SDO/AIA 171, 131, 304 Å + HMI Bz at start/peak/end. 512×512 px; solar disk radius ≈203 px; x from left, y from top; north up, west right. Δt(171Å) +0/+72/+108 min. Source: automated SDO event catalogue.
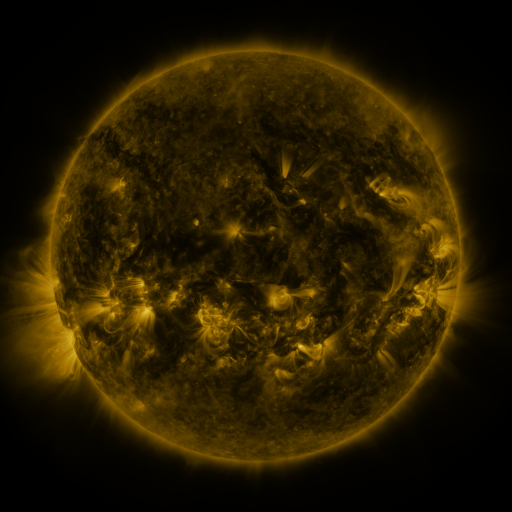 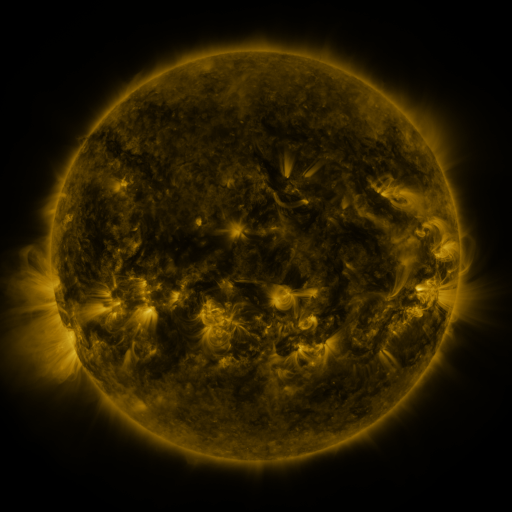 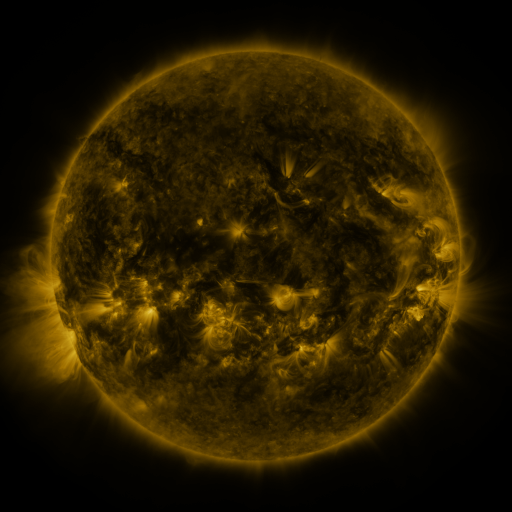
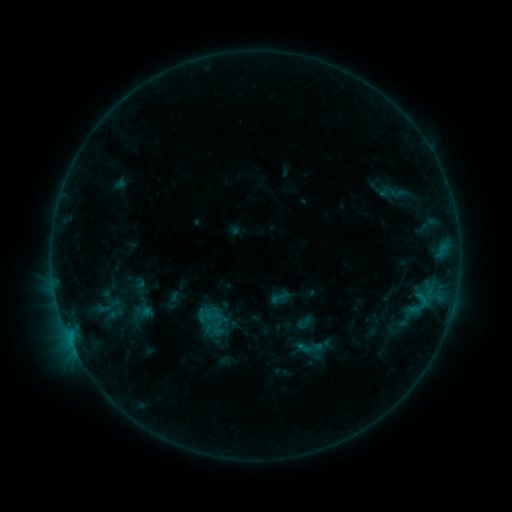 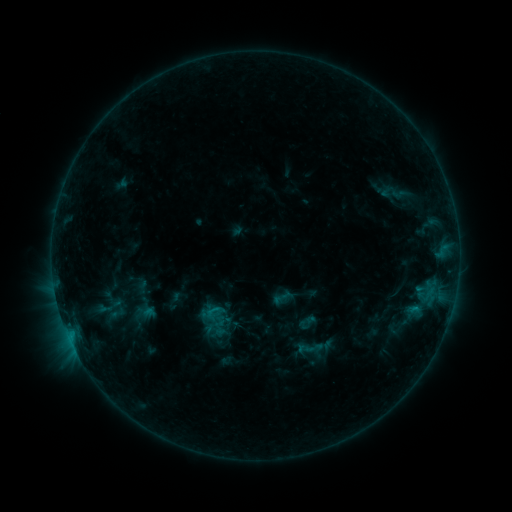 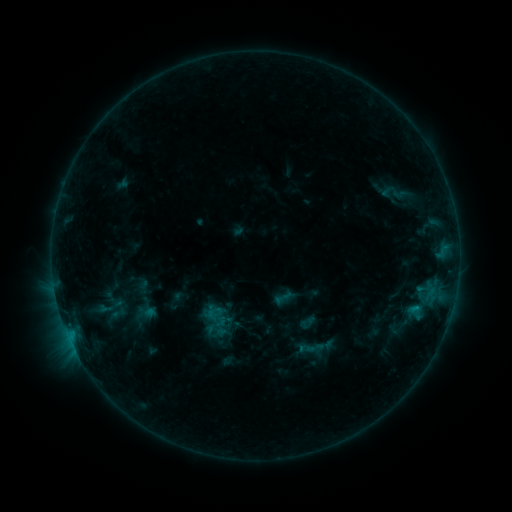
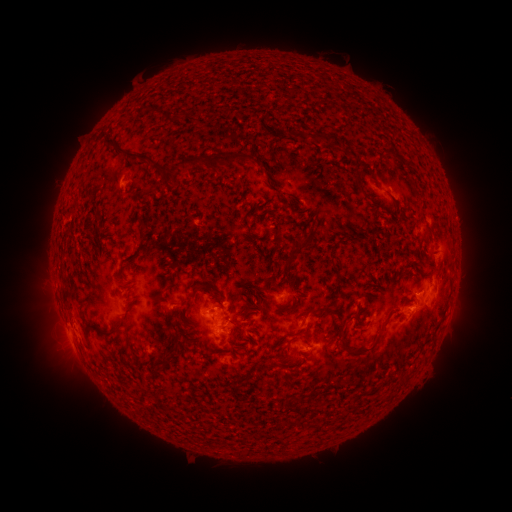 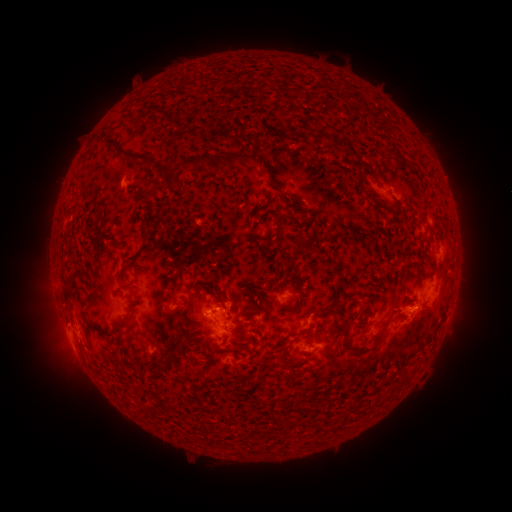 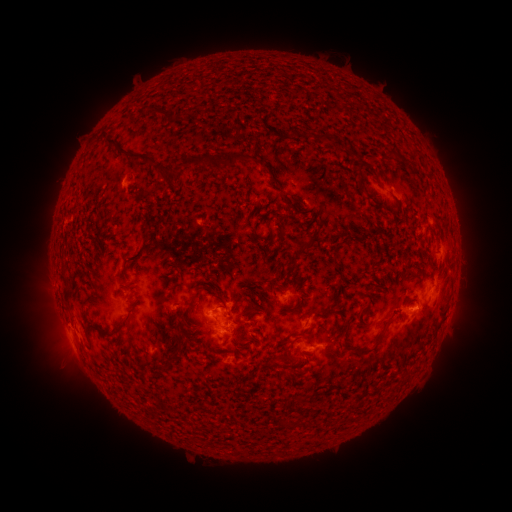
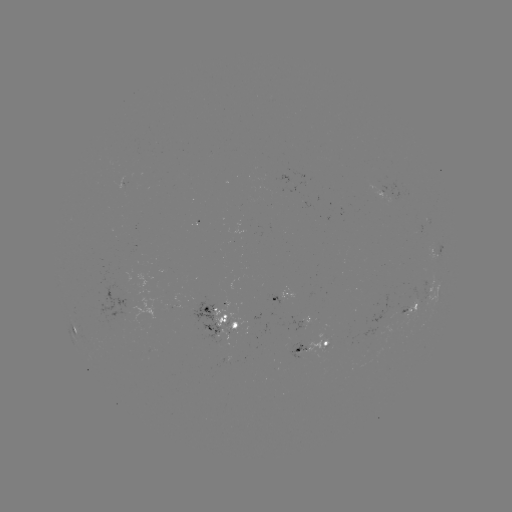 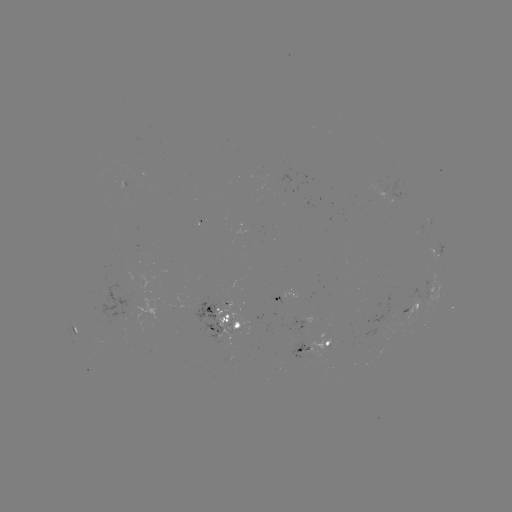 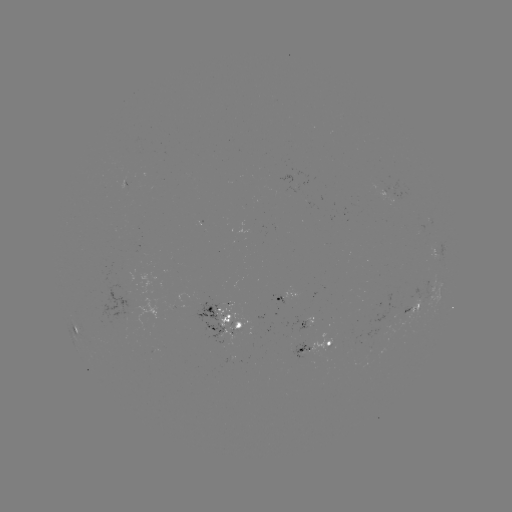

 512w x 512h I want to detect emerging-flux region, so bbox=[188, 302, 224, 344].